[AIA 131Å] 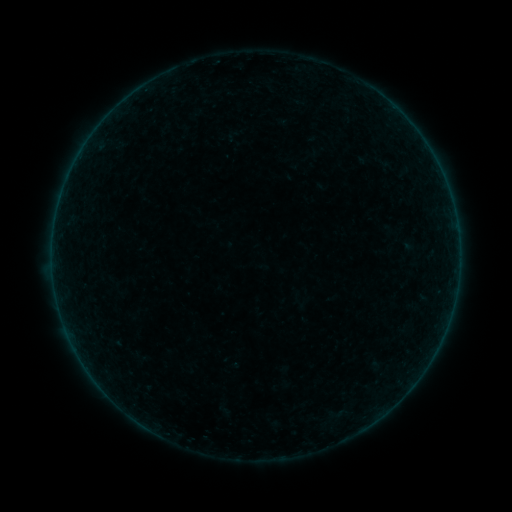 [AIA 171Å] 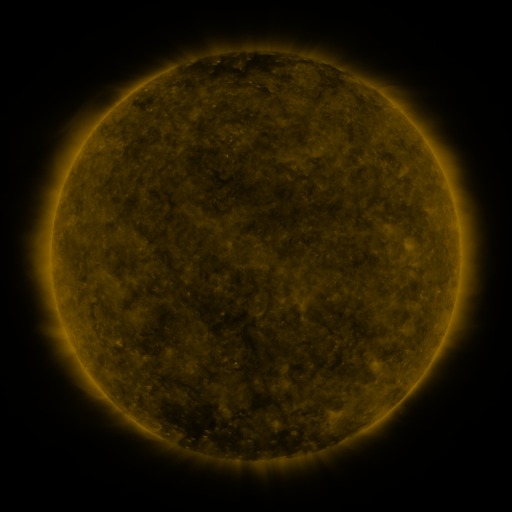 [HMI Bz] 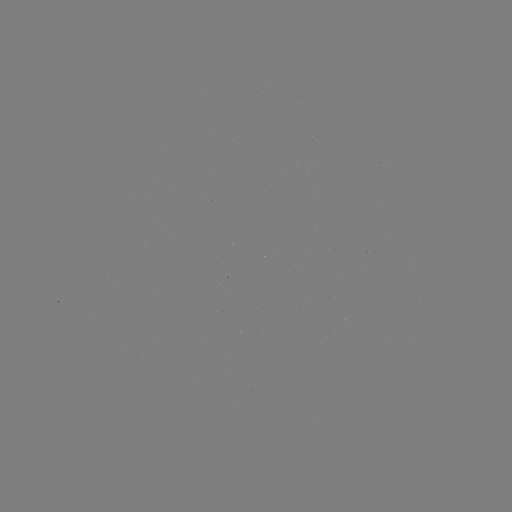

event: sigmoid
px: (383, 162)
